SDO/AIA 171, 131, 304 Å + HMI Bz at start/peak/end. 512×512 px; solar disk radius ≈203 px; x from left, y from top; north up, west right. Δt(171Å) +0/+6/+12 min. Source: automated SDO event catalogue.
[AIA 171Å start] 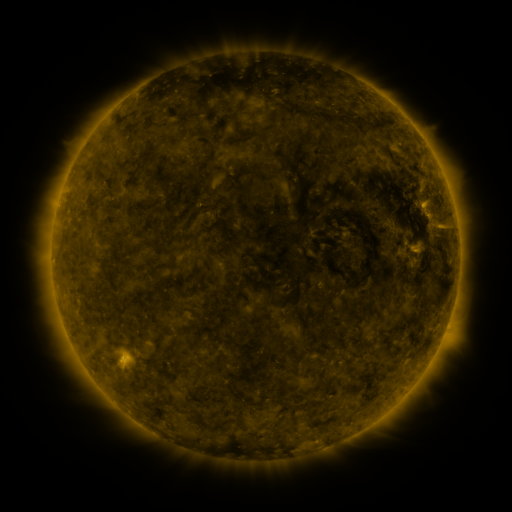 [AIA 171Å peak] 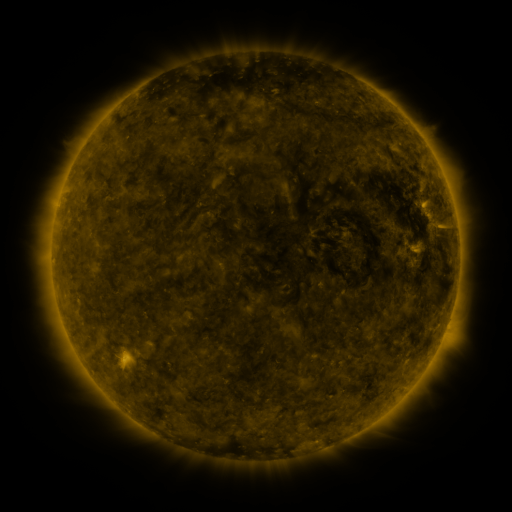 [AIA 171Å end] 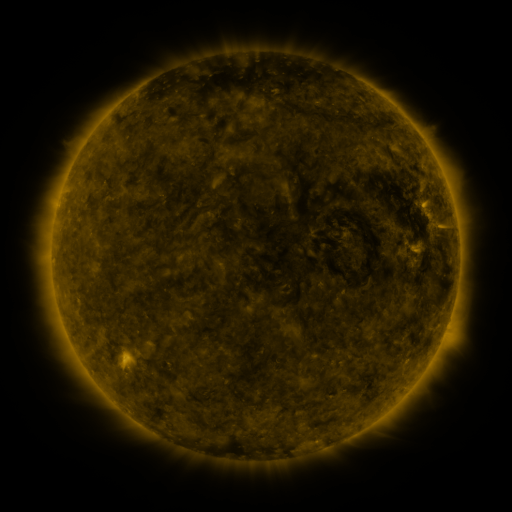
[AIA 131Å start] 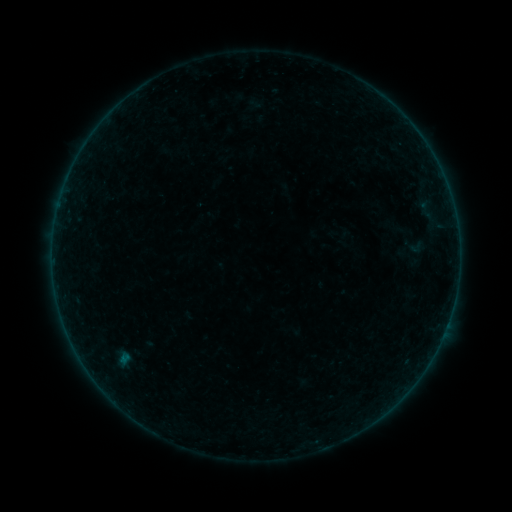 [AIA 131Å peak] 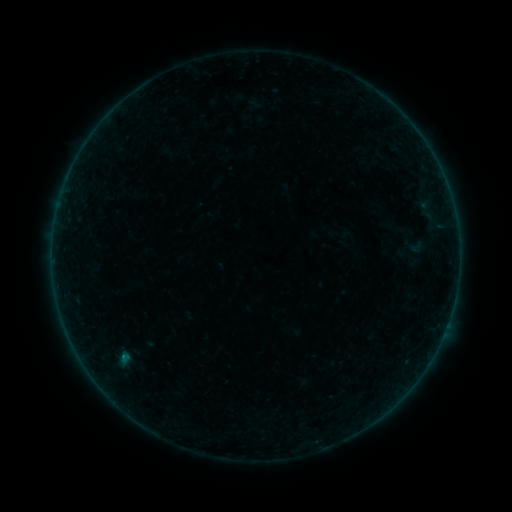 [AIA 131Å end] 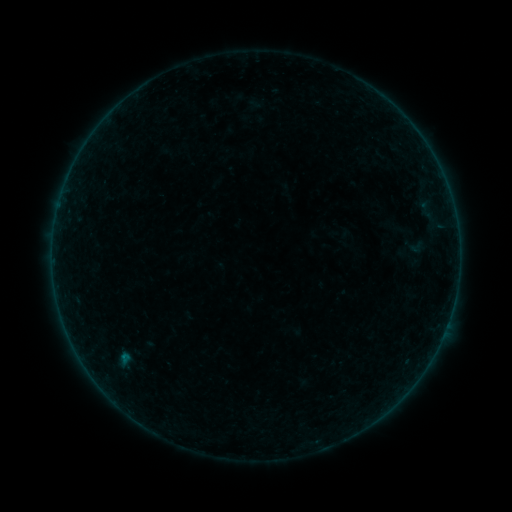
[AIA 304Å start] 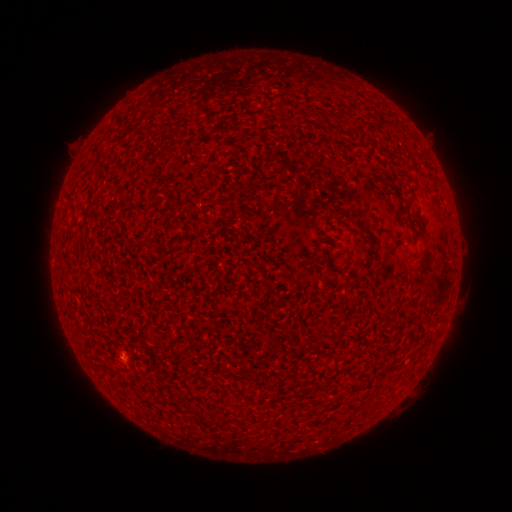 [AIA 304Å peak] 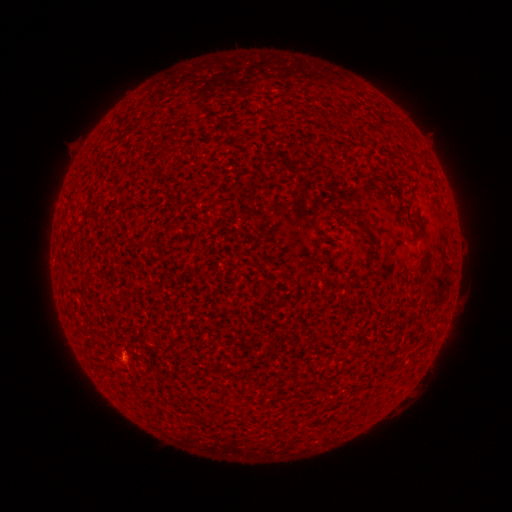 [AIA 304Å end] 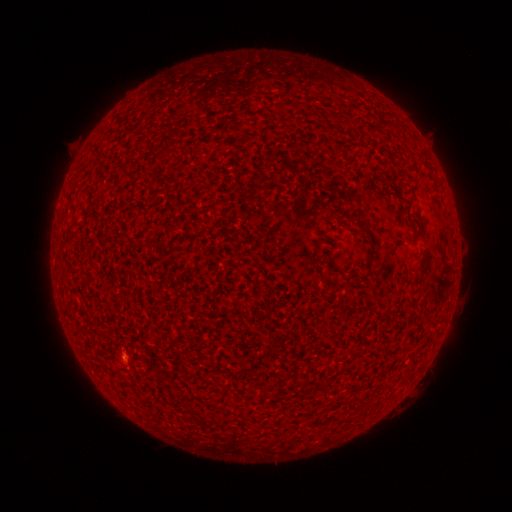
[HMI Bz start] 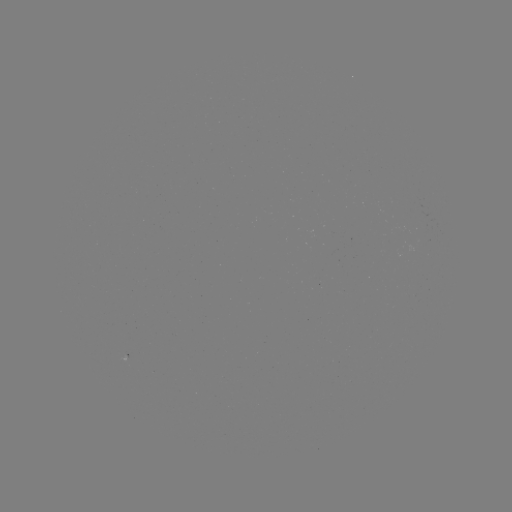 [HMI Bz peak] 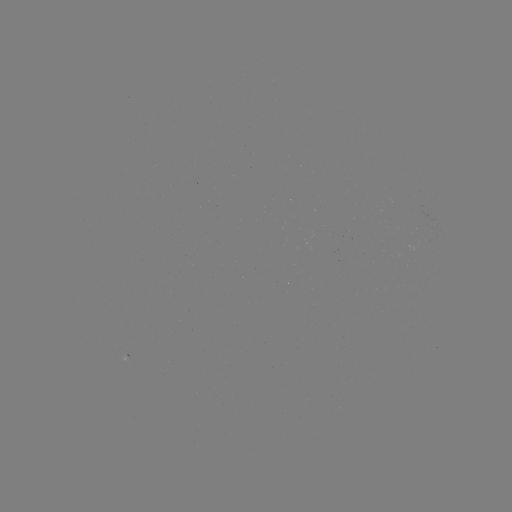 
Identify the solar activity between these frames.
B1.2 flare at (125, 356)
